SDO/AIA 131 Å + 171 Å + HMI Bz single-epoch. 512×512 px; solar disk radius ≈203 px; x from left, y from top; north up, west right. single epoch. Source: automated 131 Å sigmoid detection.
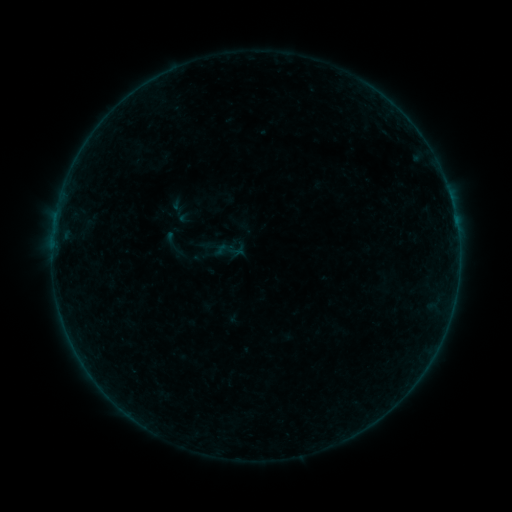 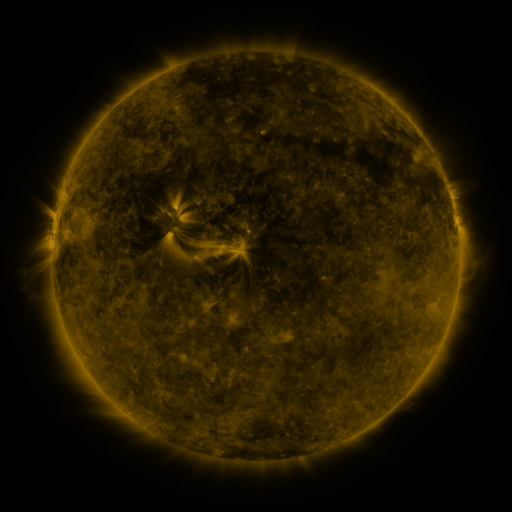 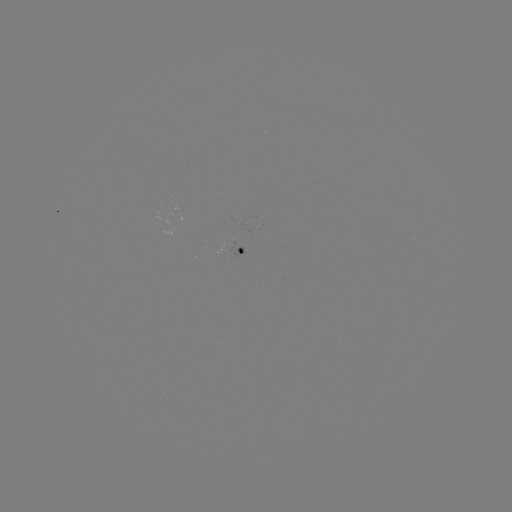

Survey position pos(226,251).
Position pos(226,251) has sigmoid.